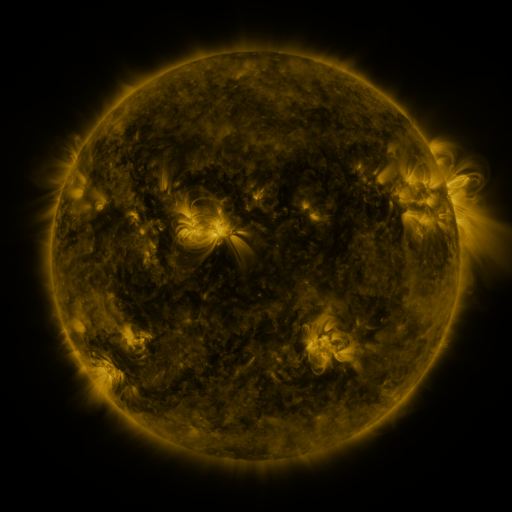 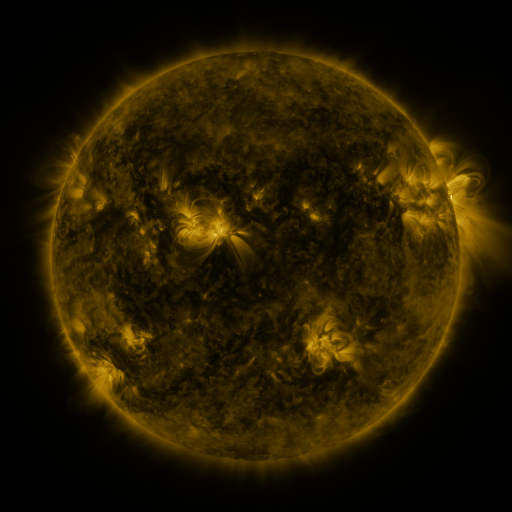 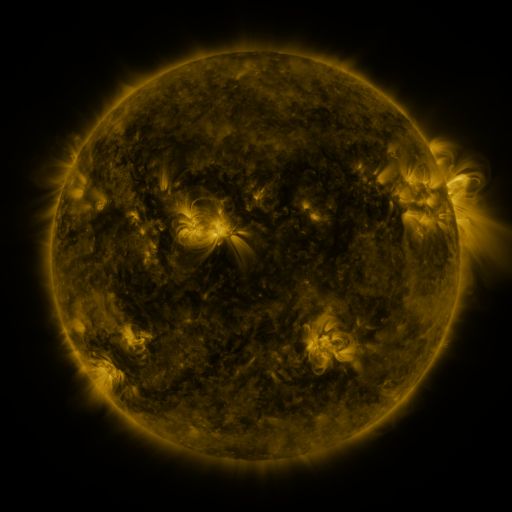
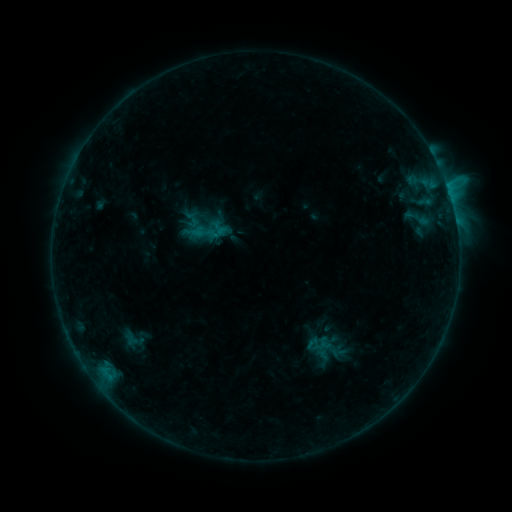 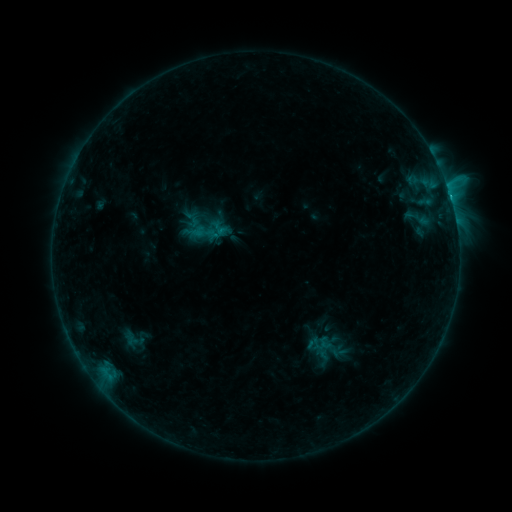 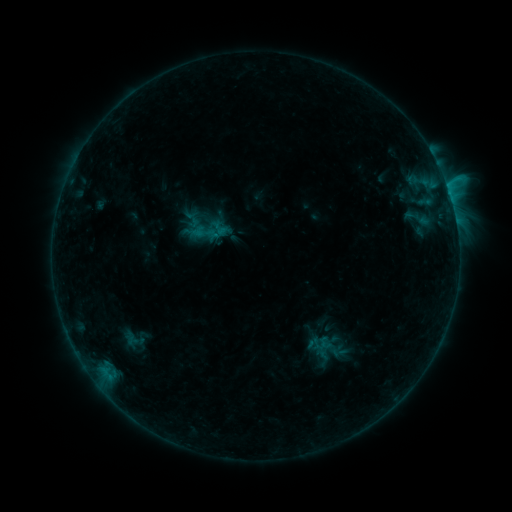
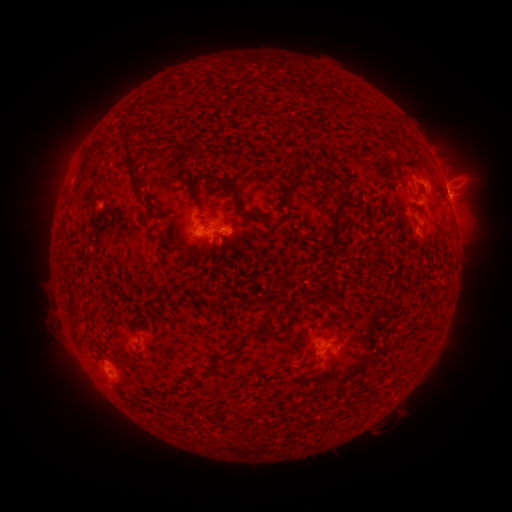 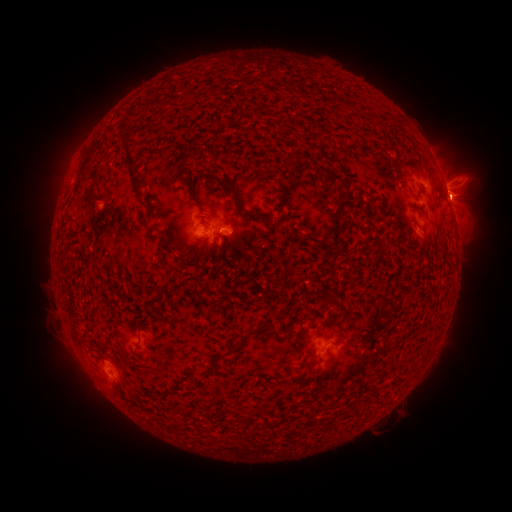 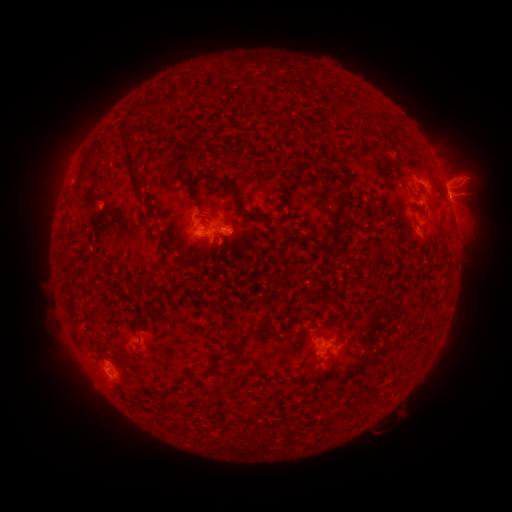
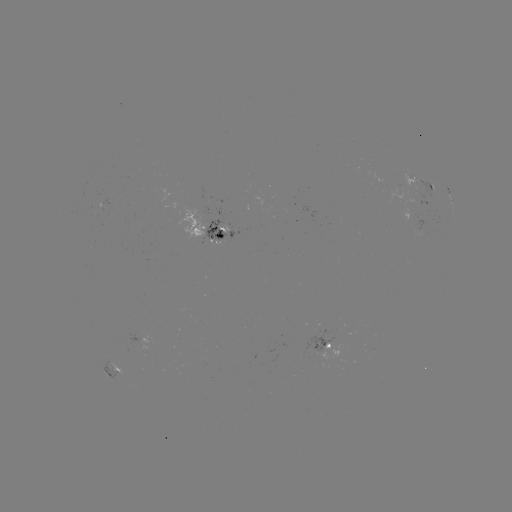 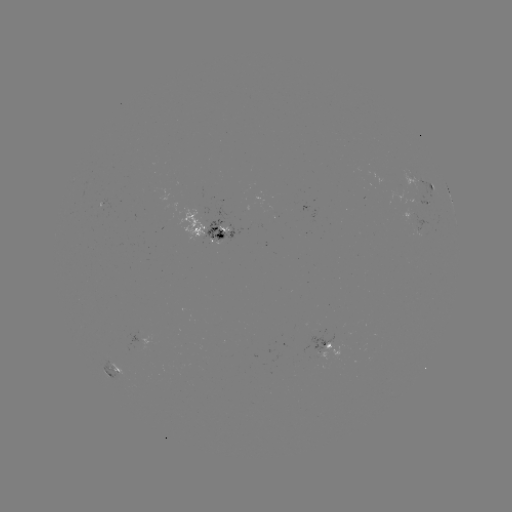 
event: flare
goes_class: B8.9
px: (451, 201)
